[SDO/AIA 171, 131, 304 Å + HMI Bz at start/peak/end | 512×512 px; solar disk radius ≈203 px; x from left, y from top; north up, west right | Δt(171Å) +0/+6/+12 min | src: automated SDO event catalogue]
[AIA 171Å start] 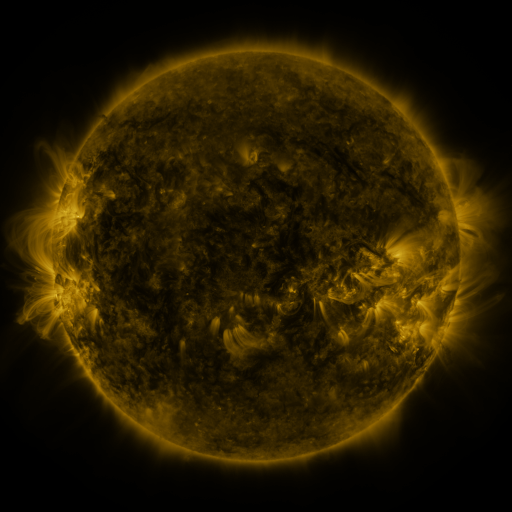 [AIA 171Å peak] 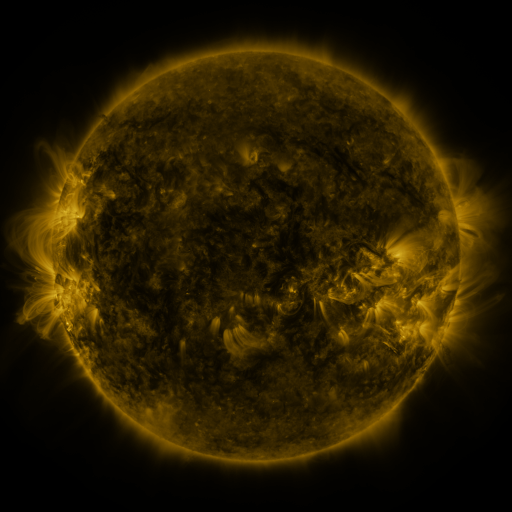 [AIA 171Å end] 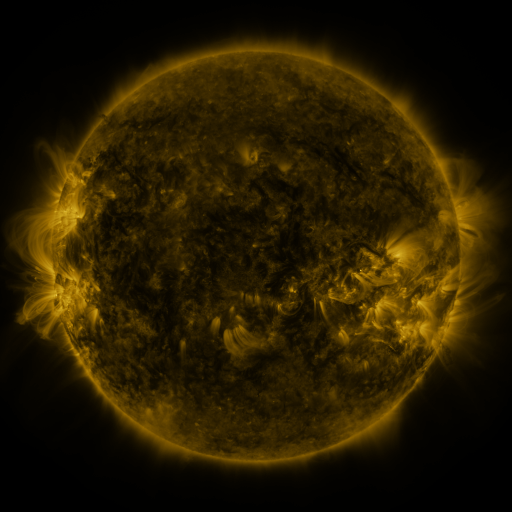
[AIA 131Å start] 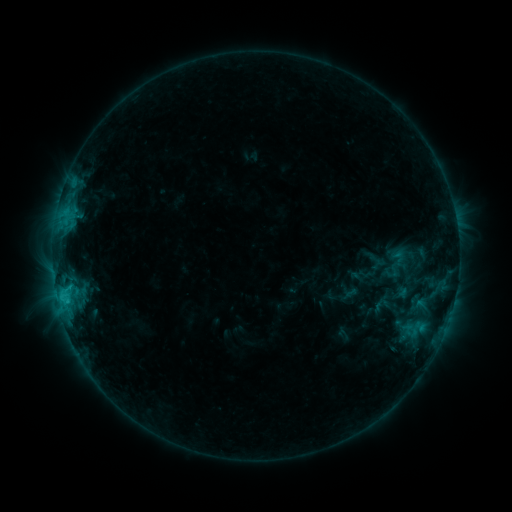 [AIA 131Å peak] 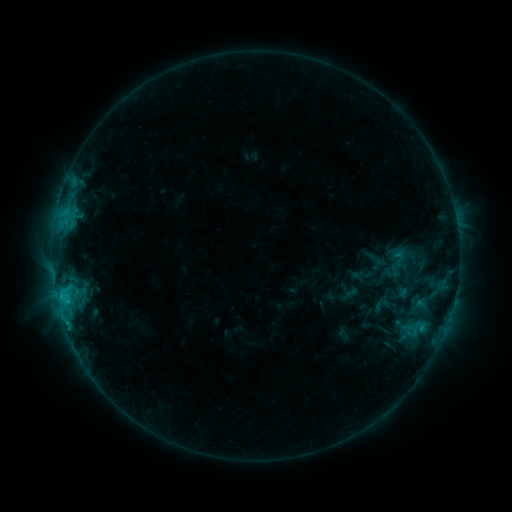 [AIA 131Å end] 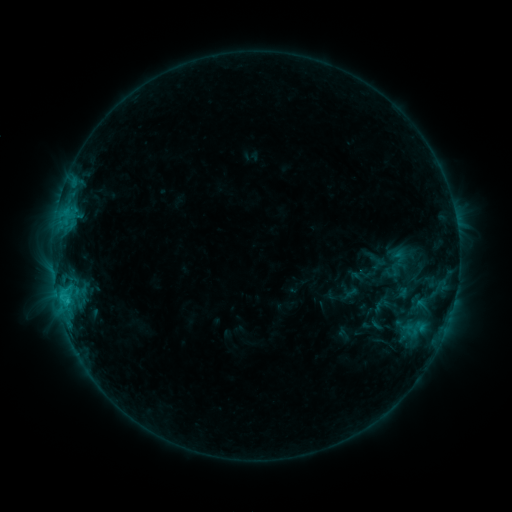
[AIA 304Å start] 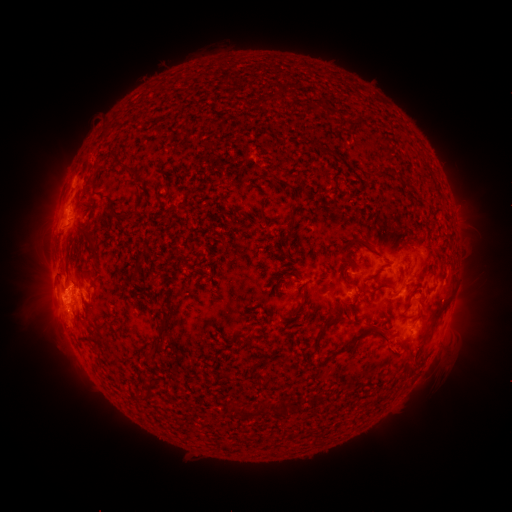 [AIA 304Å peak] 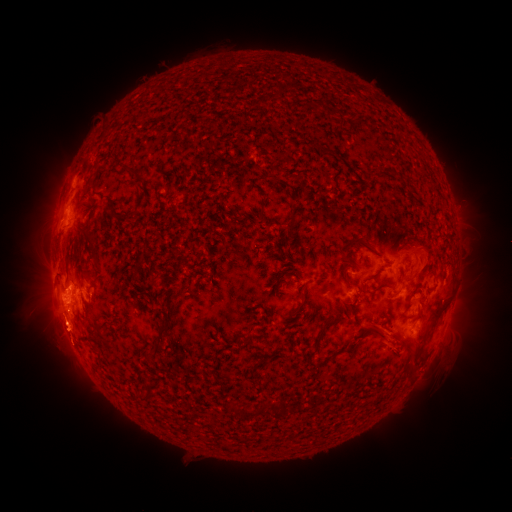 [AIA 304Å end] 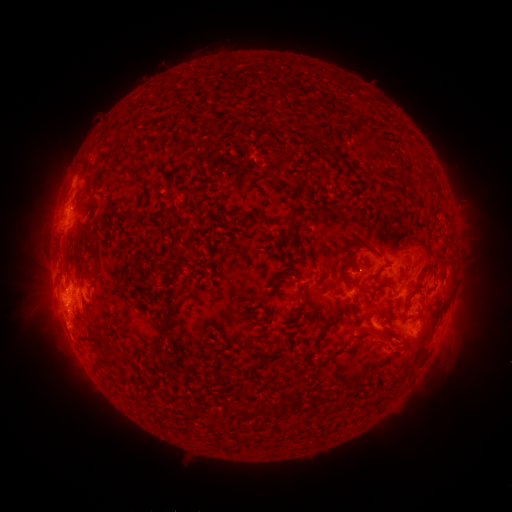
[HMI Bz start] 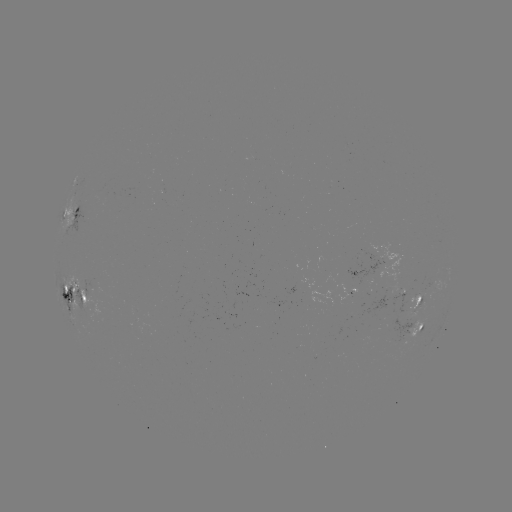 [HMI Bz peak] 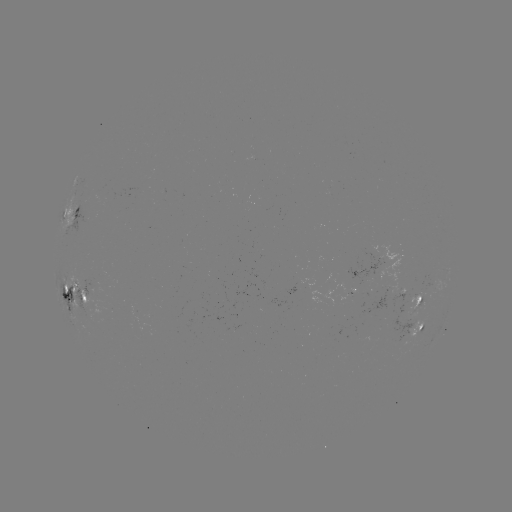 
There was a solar eruption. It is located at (70, 343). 